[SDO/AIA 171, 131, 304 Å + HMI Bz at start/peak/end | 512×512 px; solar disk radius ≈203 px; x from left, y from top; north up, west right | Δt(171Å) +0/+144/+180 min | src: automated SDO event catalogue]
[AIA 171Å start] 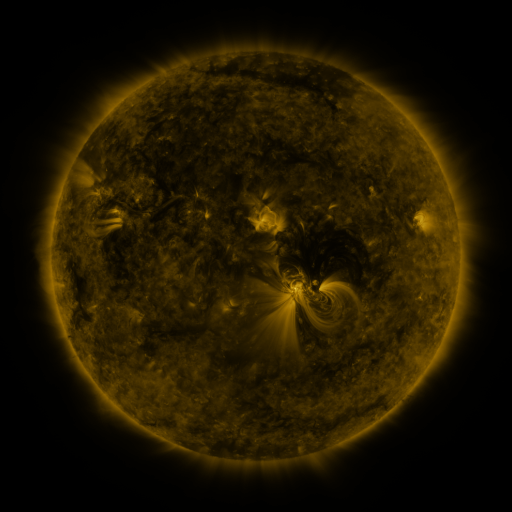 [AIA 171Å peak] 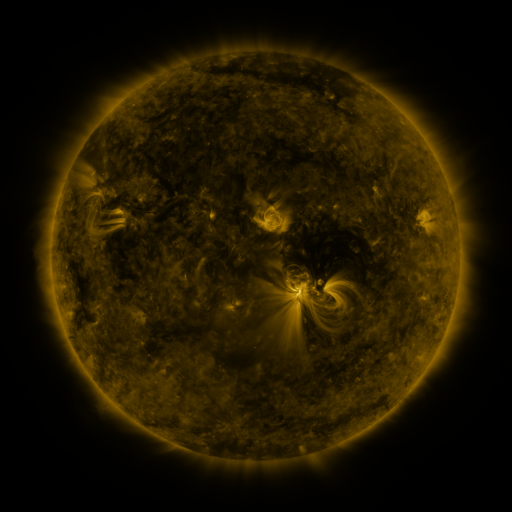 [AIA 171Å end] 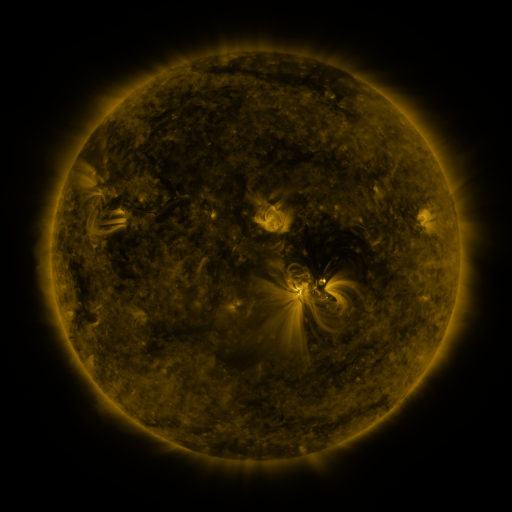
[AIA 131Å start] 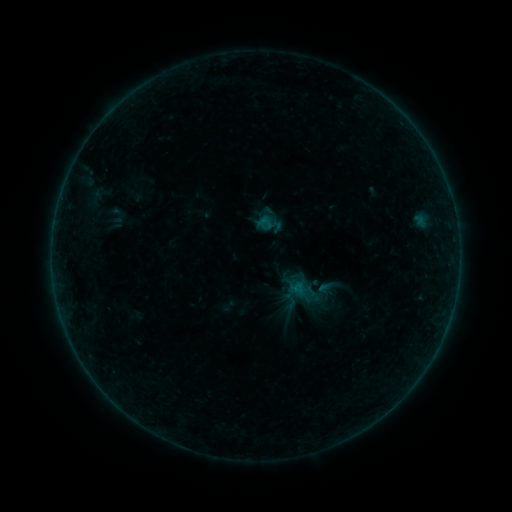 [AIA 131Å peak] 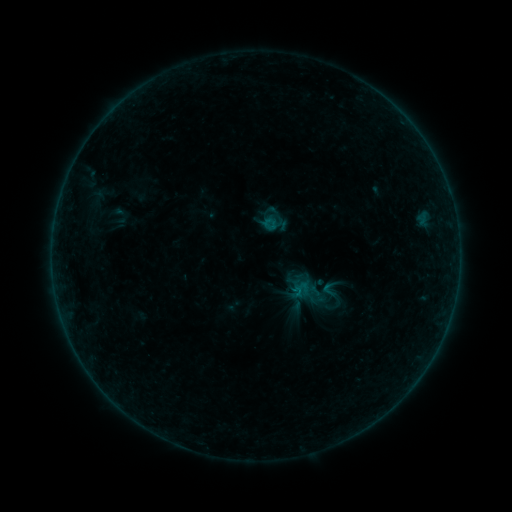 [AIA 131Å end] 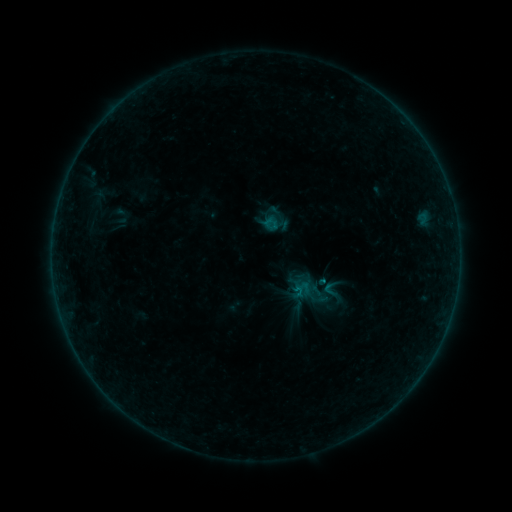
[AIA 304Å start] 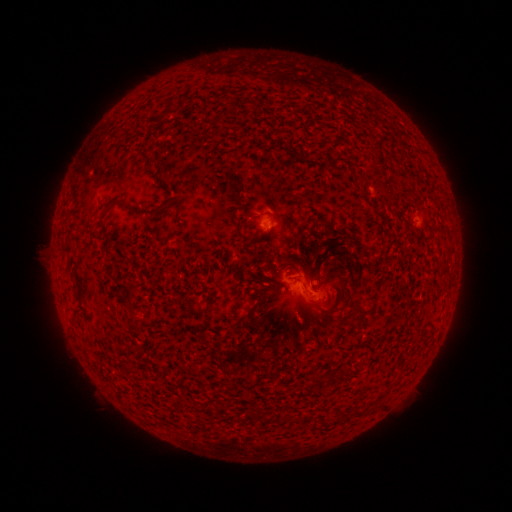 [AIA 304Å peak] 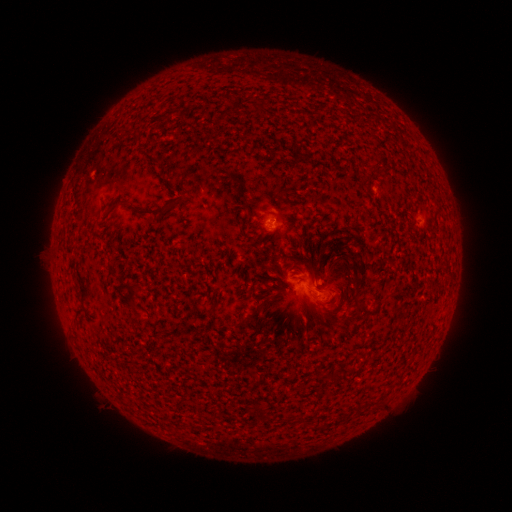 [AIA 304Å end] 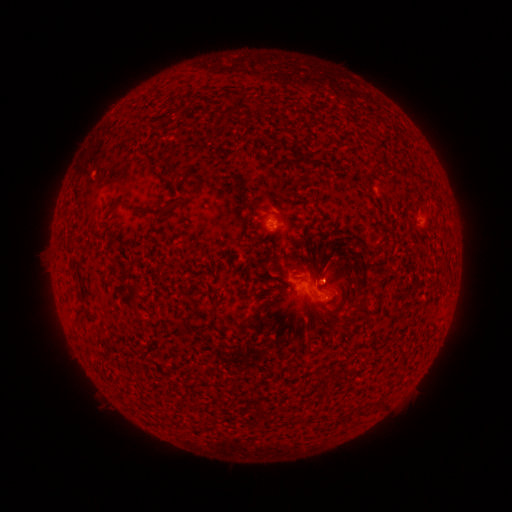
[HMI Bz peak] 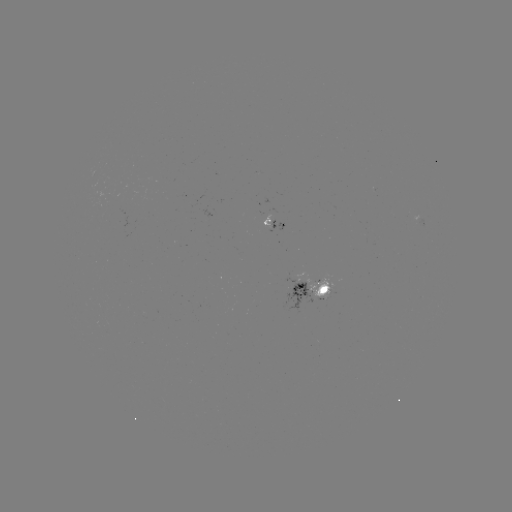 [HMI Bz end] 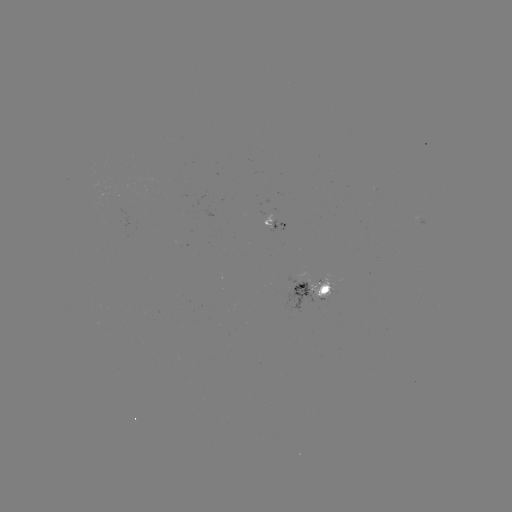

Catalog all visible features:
emerging-flux region: (419, 219)
